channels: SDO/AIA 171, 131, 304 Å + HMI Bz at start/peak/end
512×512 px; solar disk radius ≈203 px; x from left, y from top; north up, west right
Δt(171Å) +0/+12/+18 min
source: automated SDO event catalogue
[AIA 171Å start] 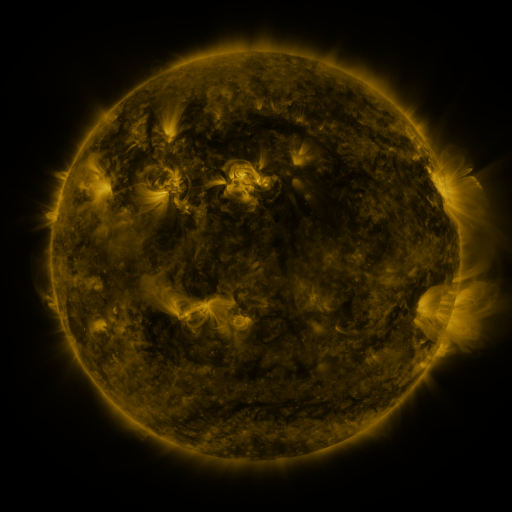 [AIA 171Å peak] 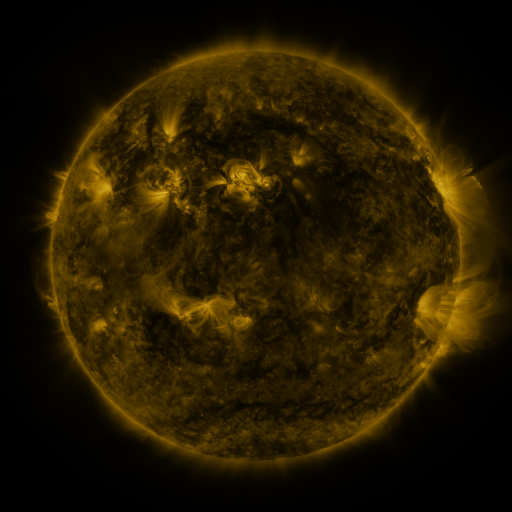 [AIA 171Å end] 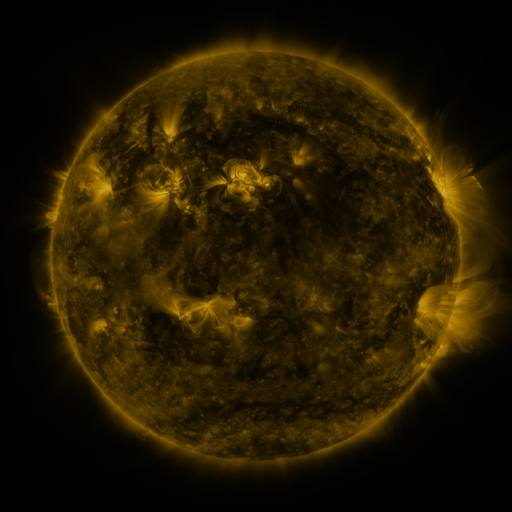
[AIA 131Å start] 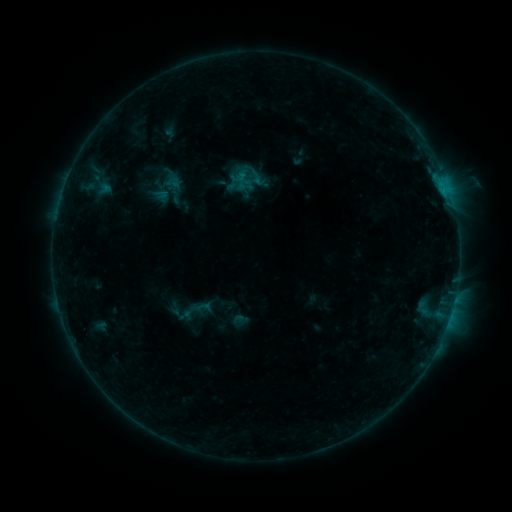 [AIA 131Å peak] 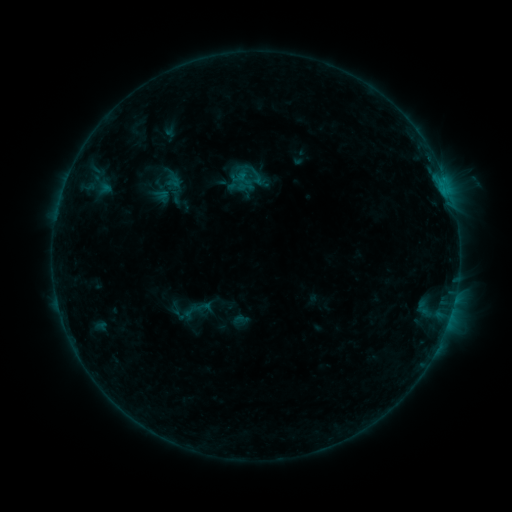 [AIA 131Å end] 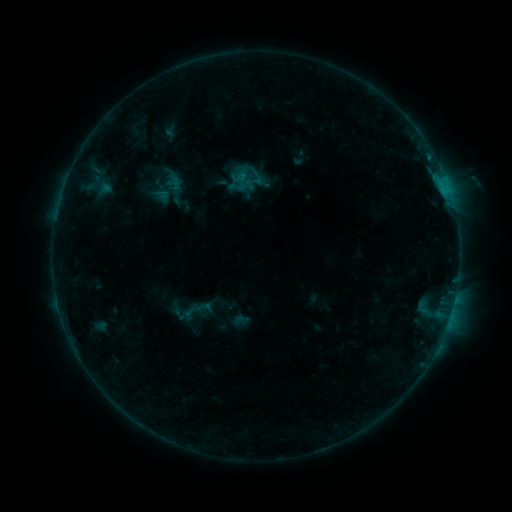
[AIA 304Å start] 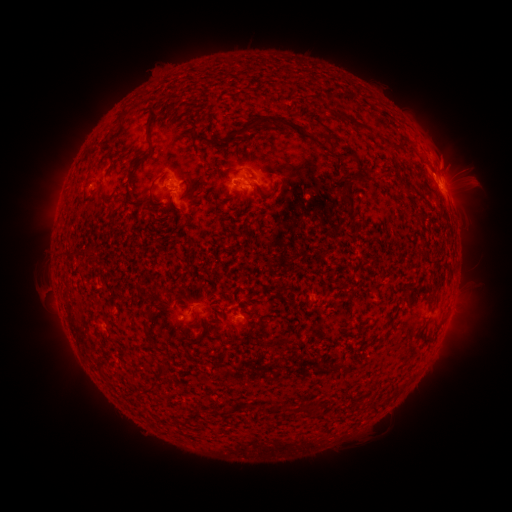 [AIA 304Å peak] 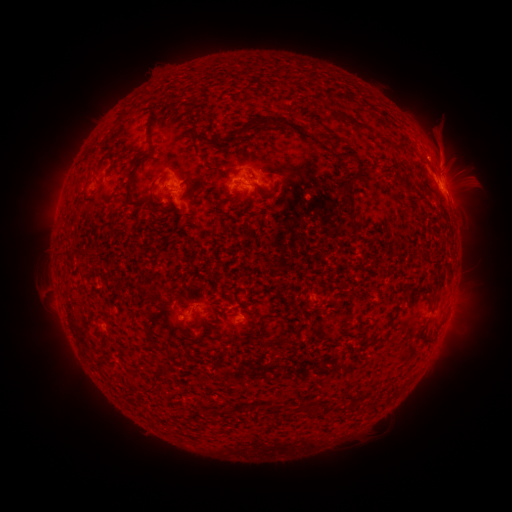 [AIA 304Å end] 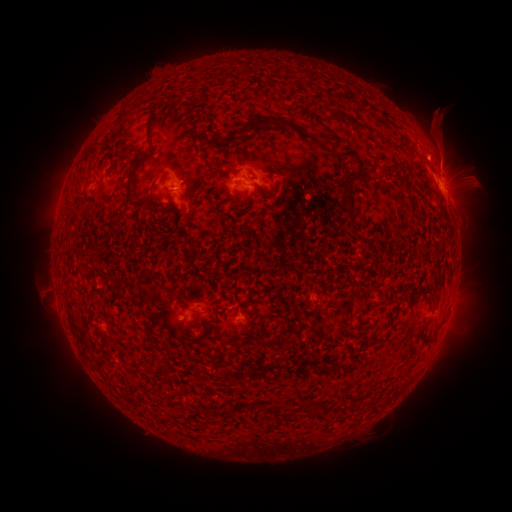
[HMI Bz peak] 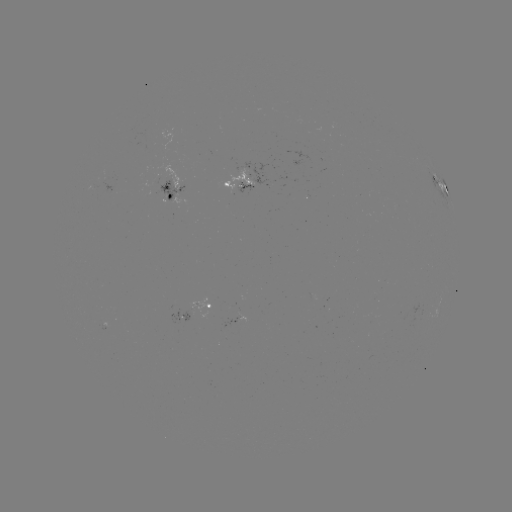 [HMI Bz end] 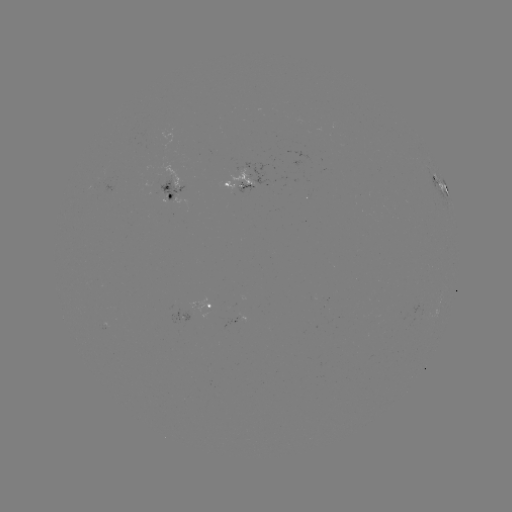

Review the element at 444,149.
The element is eruption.